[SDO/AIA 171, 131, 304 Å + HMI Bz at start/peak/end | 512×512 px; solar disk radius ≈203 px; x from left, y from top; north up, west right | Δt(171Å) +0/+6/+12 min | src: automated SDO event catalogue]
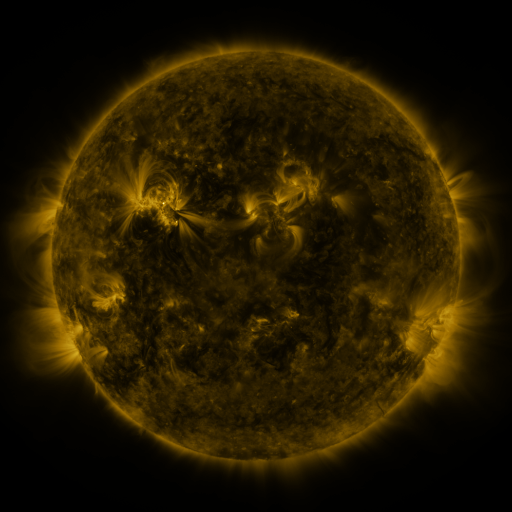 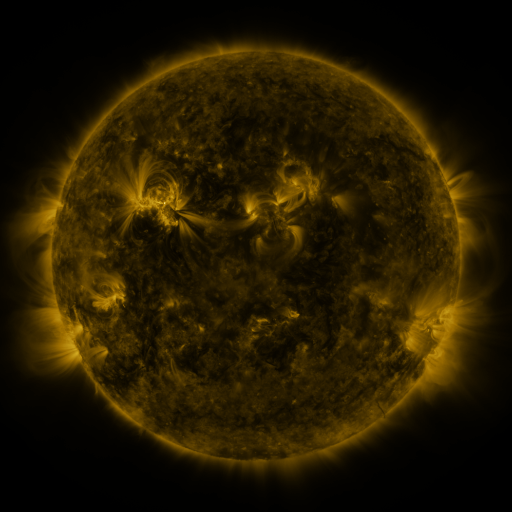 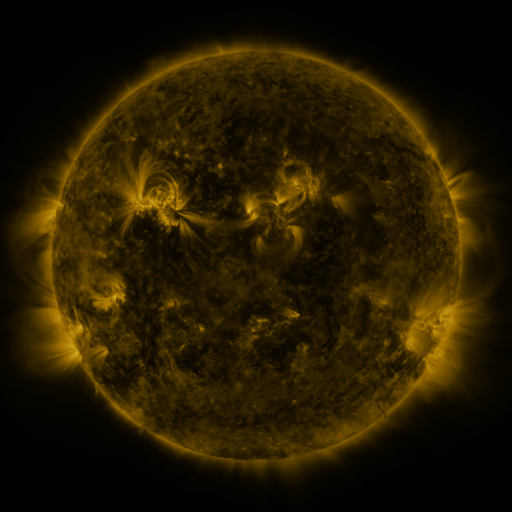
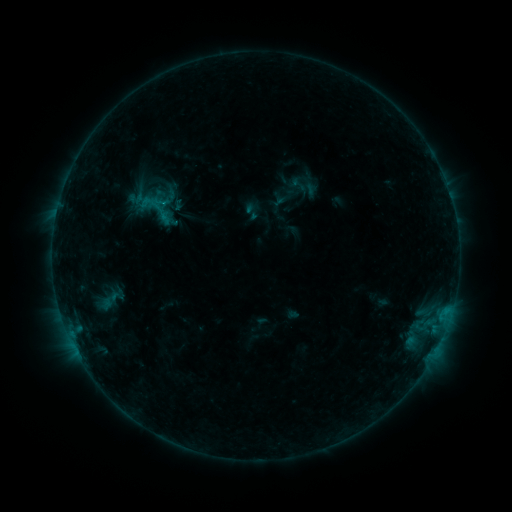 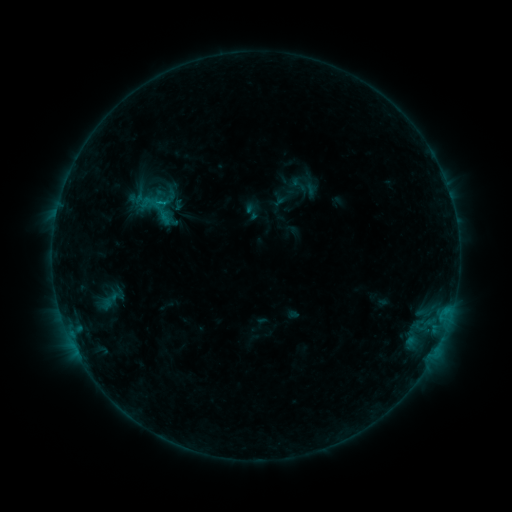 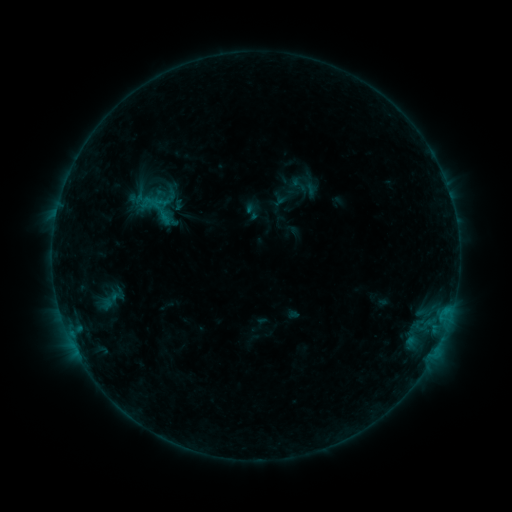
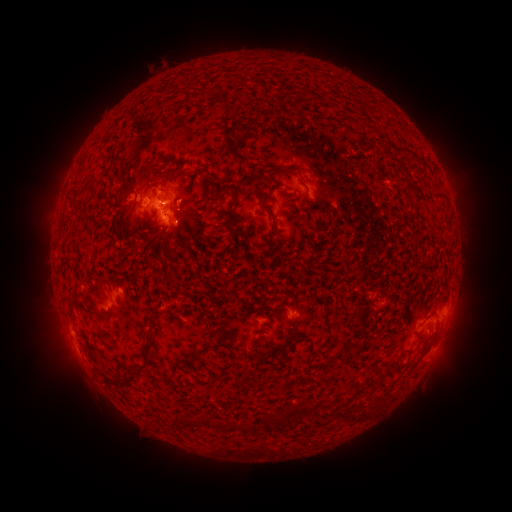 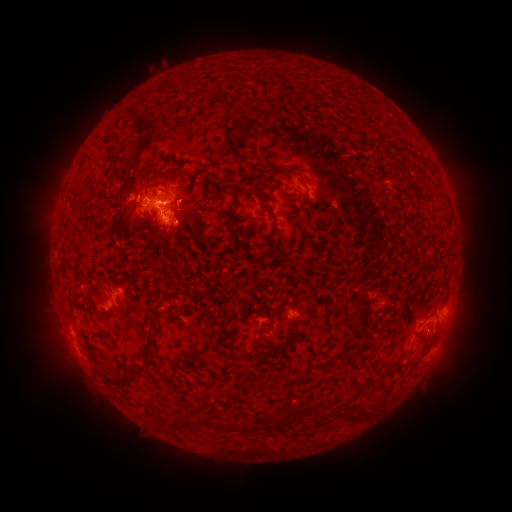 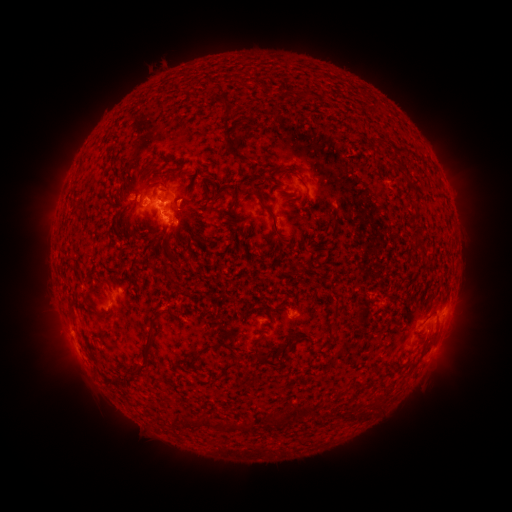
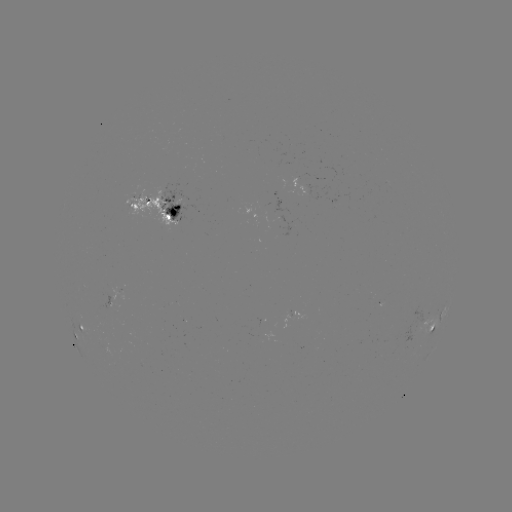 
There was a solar eruption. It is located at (458, 332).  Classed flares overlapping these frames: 1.